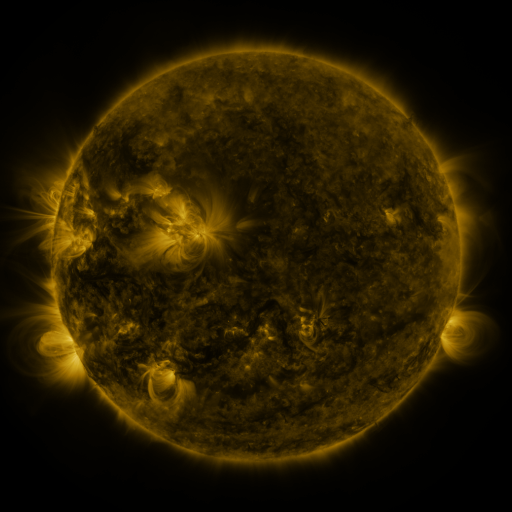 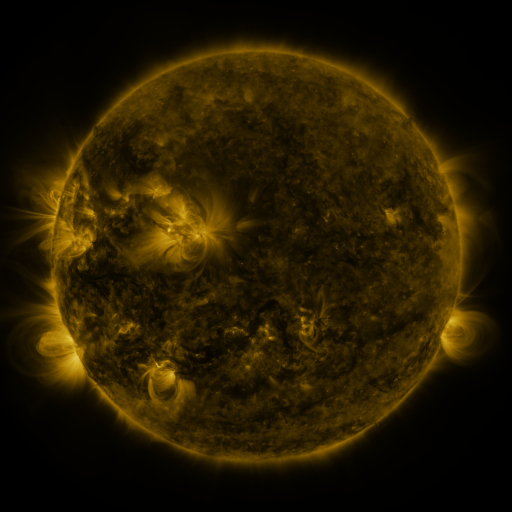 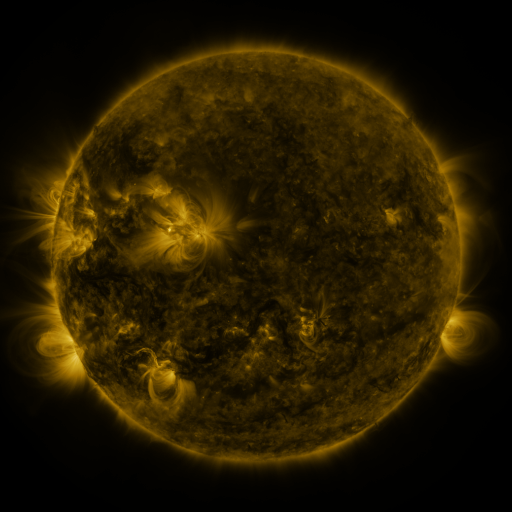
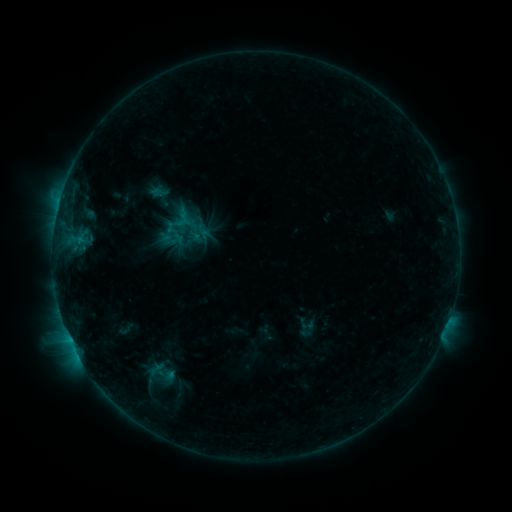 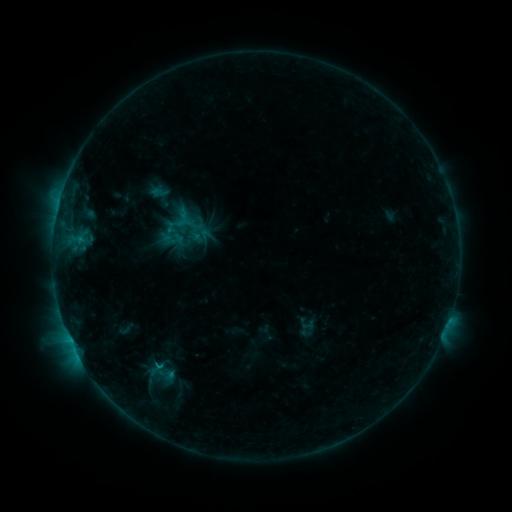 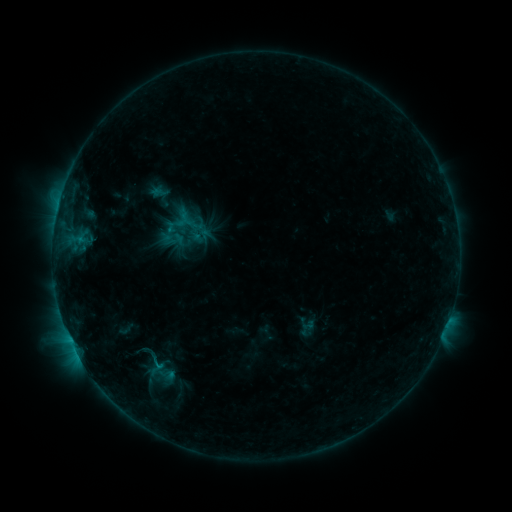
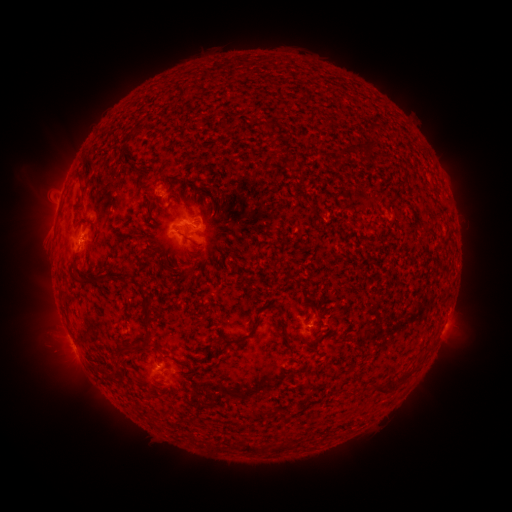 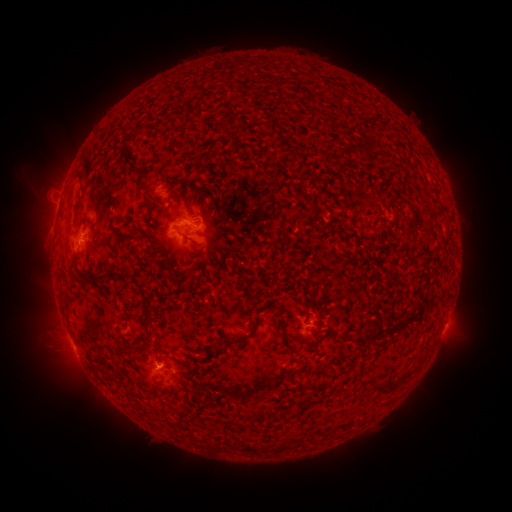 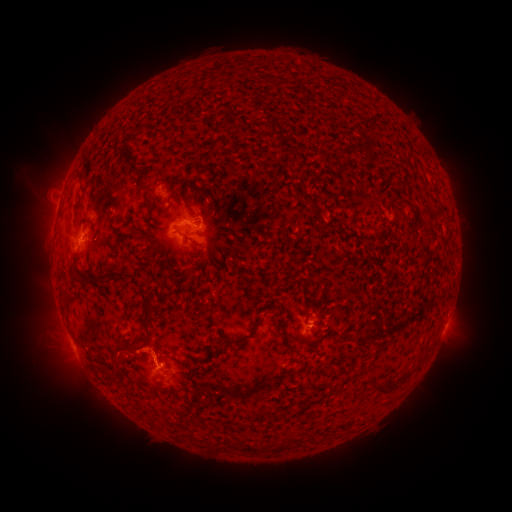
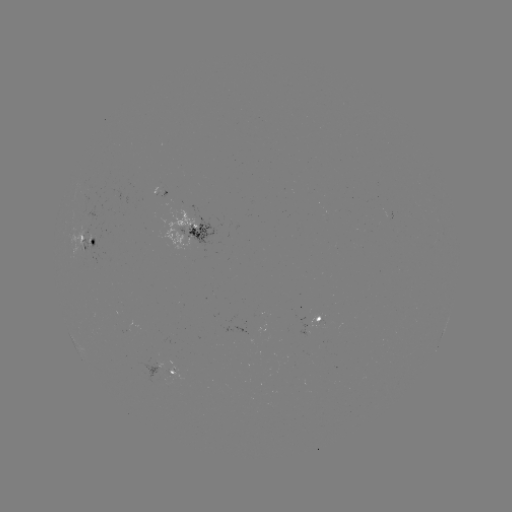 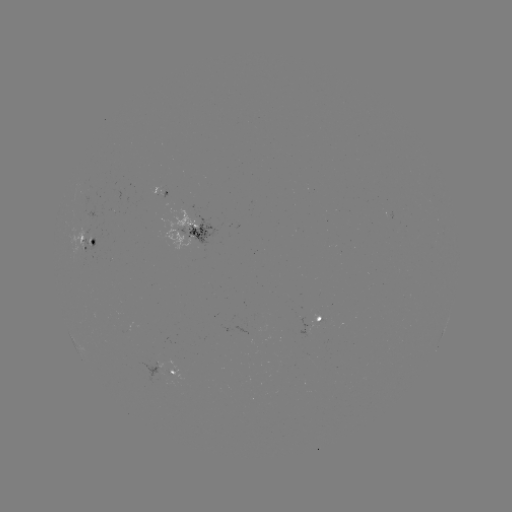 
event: eruption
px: (137, 352)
